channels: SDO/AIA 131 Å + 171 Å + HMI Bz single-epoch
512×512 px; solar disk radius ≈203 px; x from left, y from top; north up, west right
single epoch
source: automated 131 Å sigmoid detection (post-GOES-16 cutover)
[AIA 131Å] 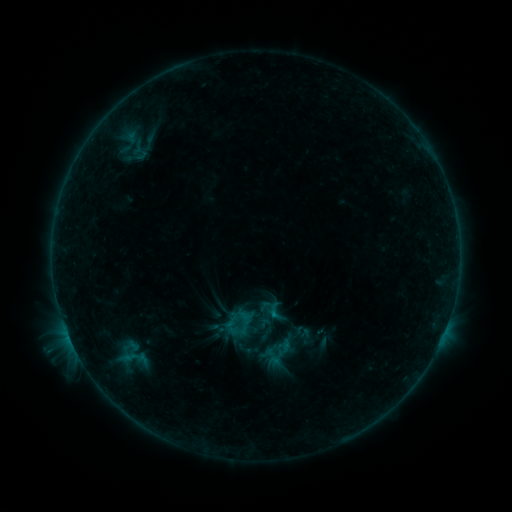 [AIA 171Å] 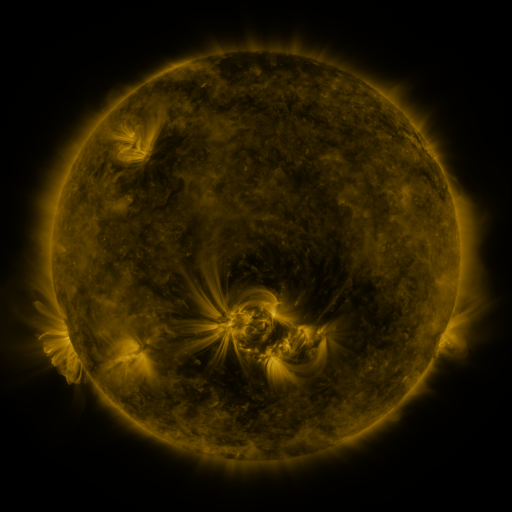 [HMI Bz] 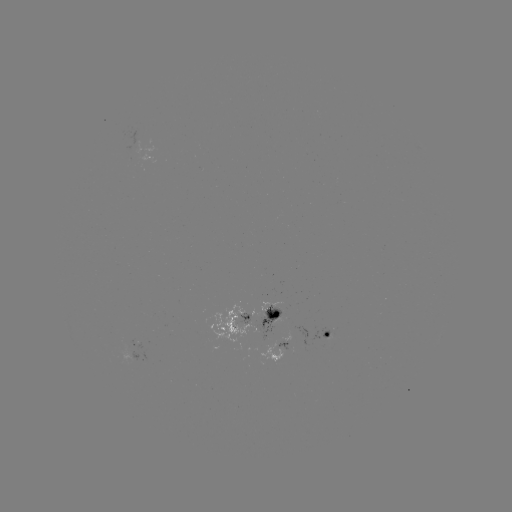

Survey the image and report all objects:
sigmoid: (149, 143)
sigmoid: (284, 349)
